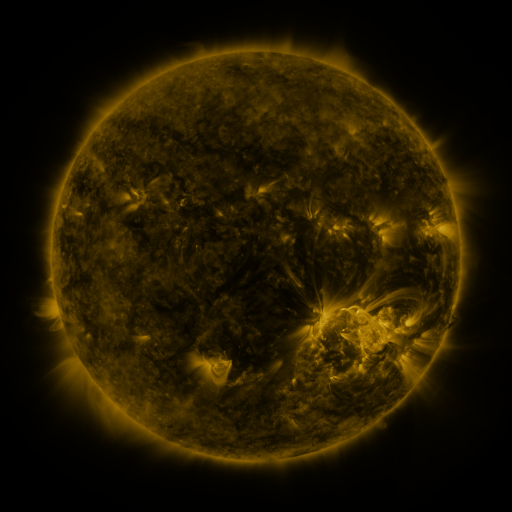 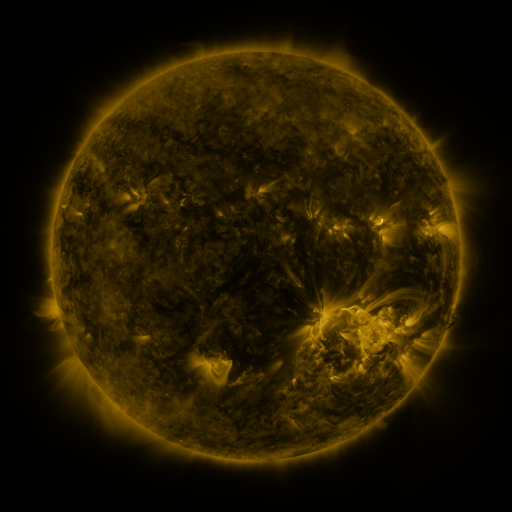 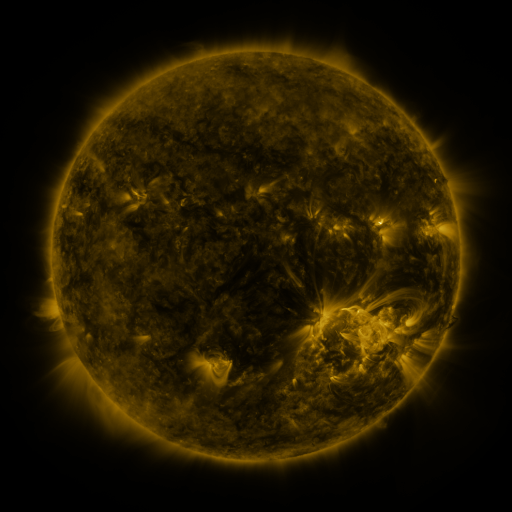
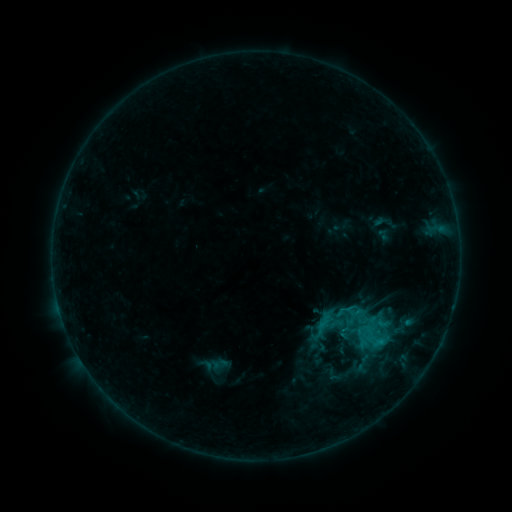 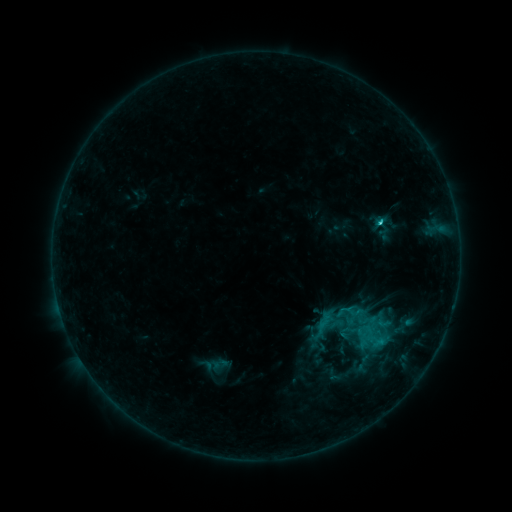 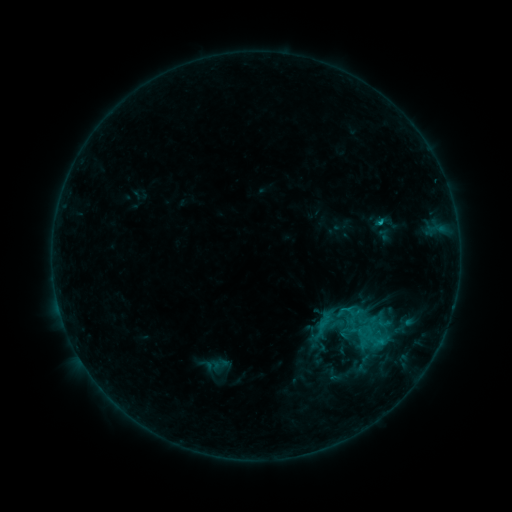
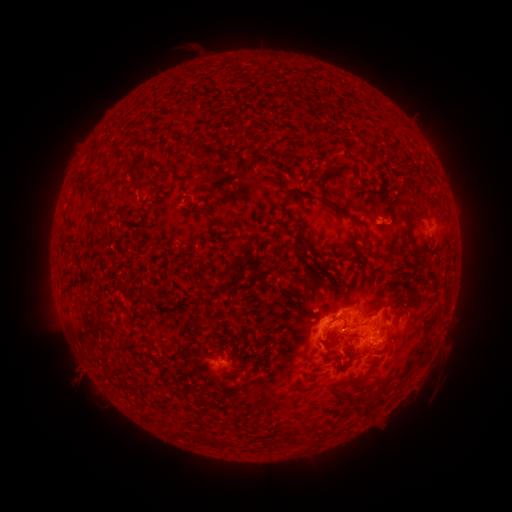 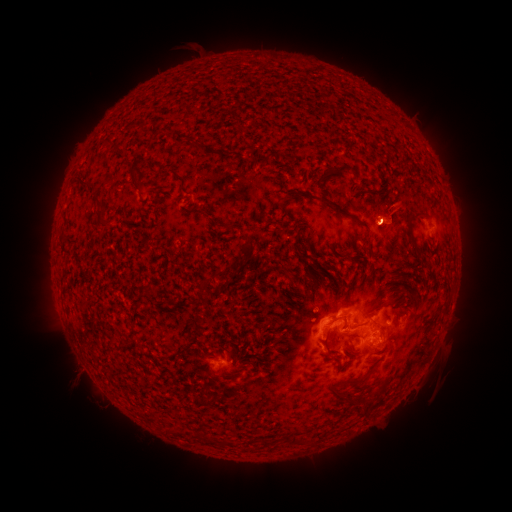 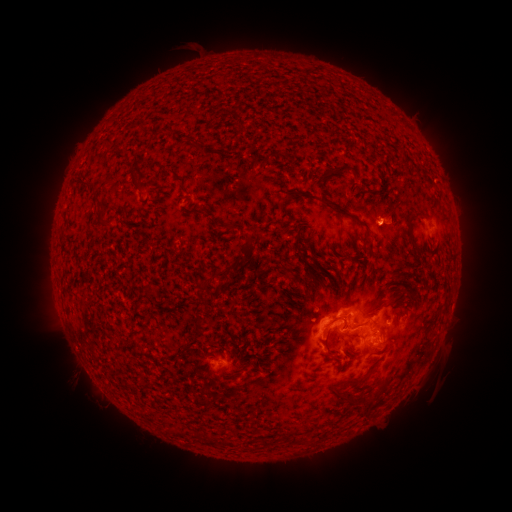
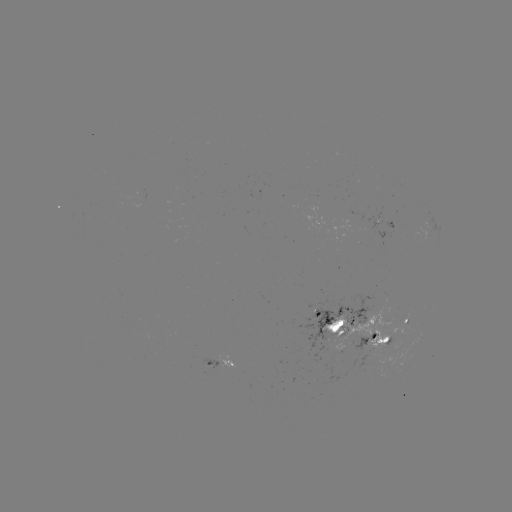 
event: flare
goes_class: C1.4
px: (378, 225)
